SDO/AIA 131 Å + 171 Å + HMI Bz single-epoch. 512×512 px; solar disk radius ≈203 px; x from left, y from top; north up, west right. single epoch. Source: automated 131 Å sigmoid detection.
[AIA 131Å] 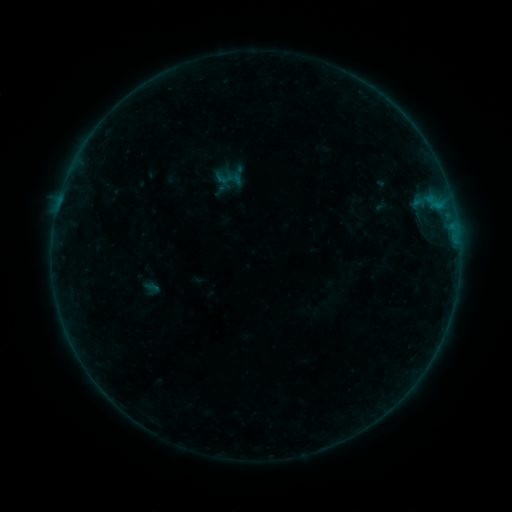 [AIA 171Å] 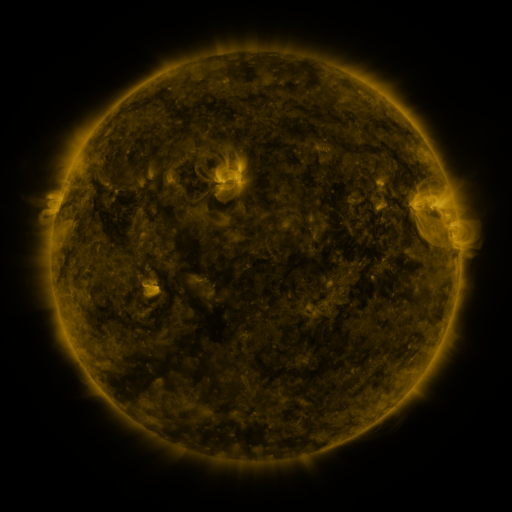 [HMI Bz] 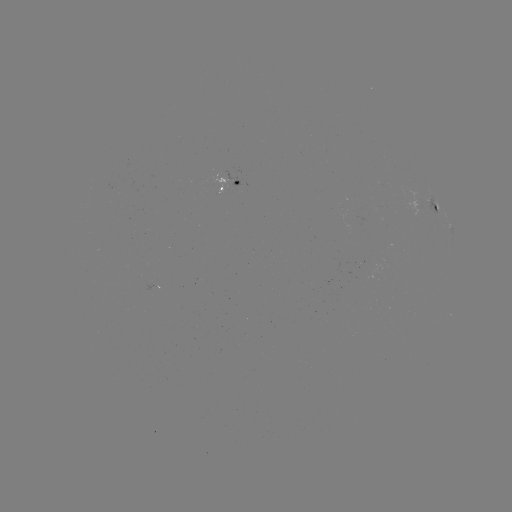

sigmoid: <bbox>214, 167, 235, 188</bbox>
